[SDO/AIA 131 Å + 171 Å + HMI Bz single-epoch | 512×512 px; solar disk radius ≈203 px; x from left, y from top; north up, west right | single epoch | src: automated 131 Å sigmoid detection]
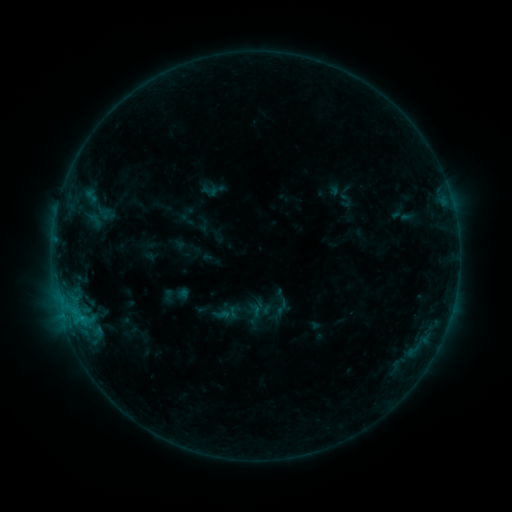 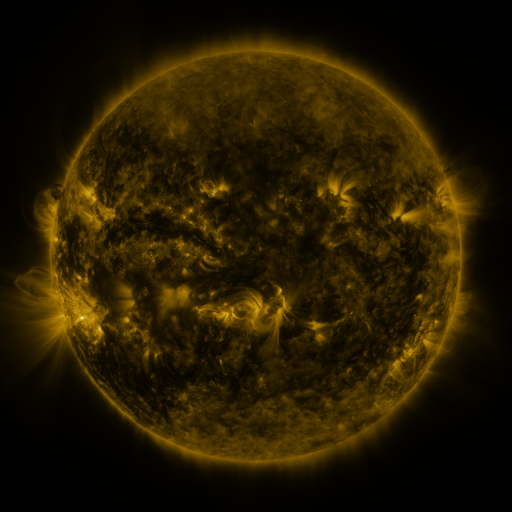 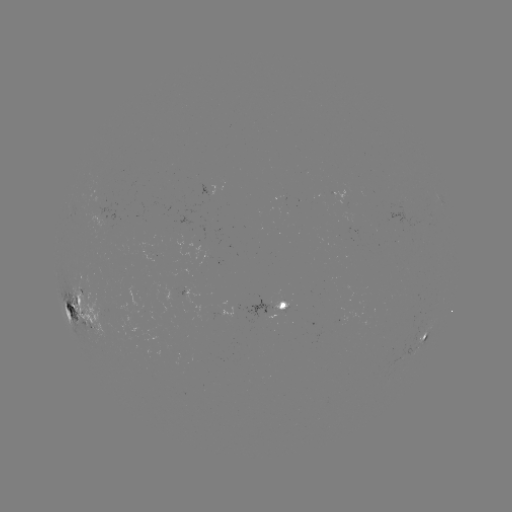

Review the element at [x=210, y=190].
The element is sigmoid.